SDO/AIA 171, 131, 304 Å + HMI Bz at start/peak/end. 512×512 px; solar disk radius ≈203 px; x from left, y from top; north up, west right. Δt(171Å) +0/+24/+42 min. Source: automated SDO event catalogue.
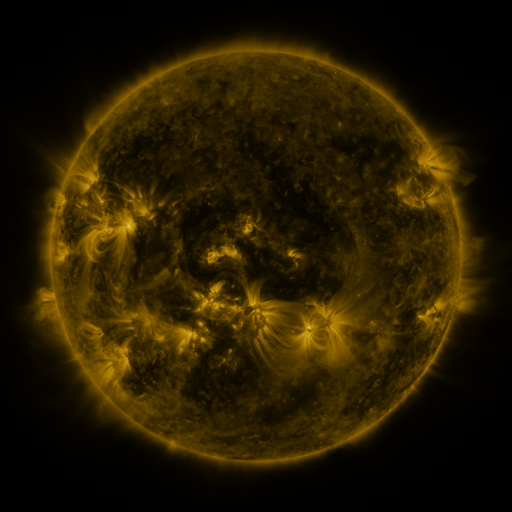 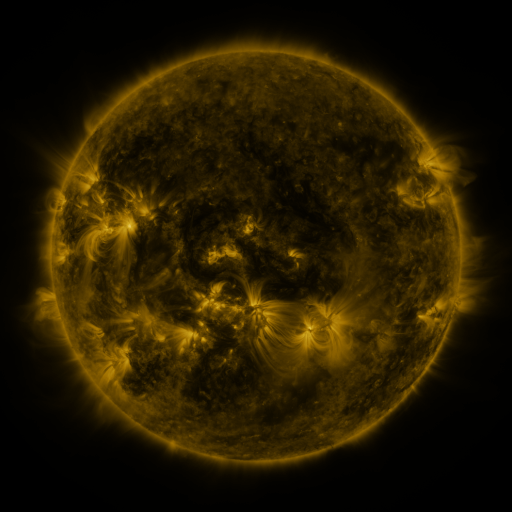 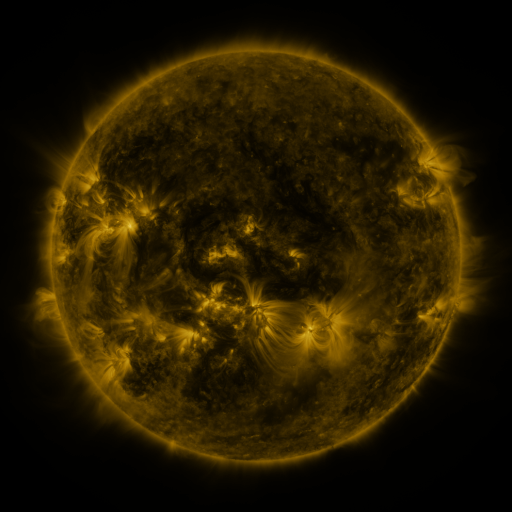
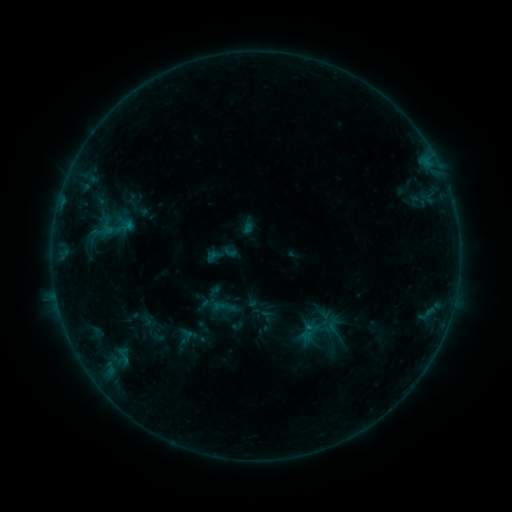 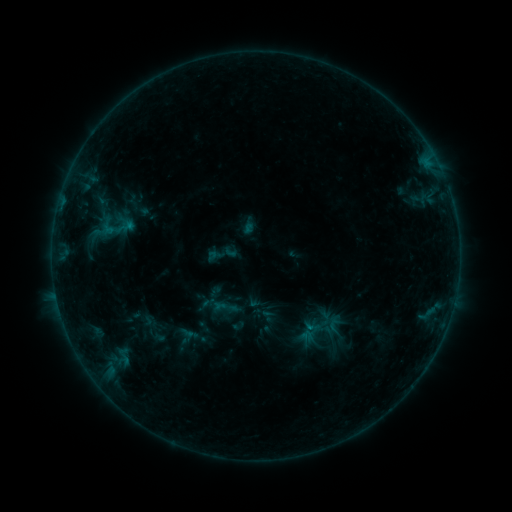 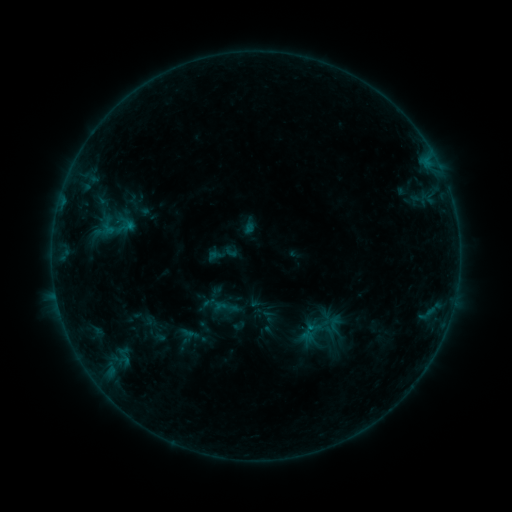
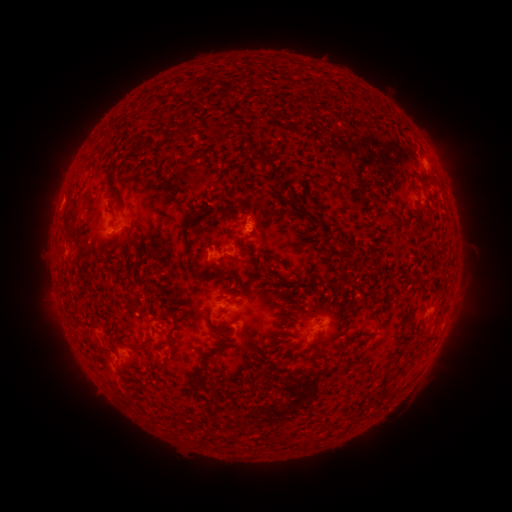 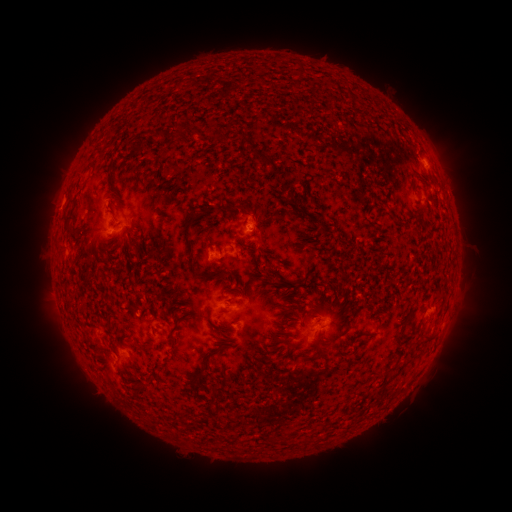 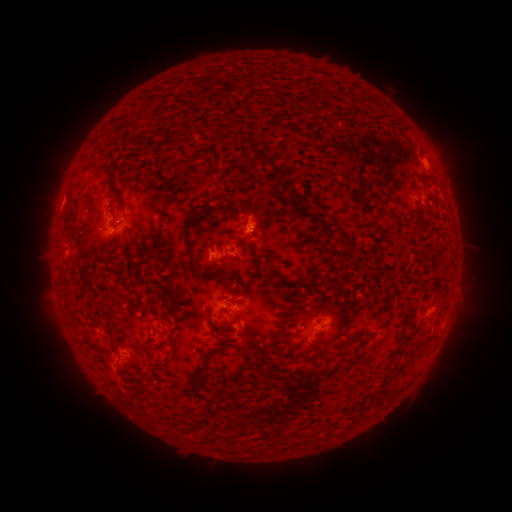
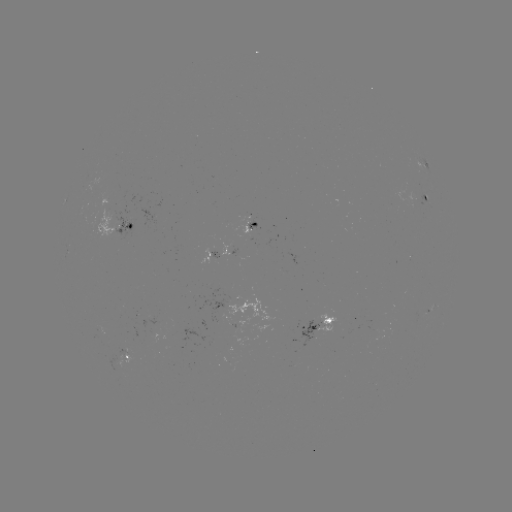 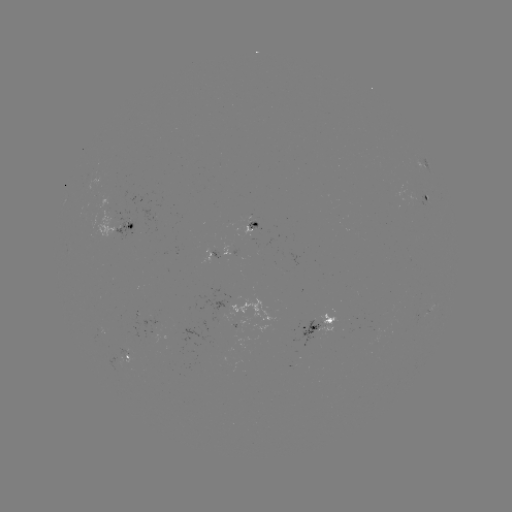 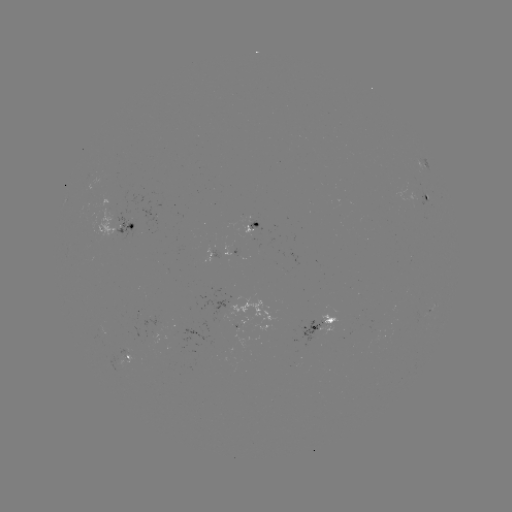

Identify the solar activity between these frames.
no catalogued flare and no flagged EUV brightening in this window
